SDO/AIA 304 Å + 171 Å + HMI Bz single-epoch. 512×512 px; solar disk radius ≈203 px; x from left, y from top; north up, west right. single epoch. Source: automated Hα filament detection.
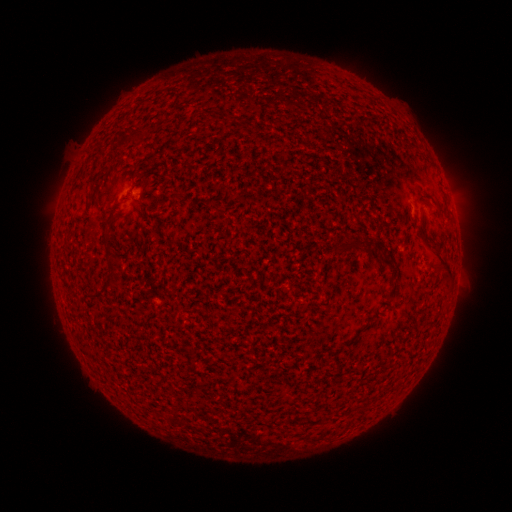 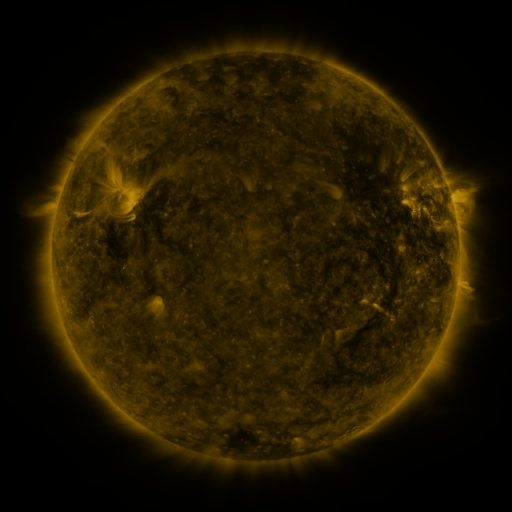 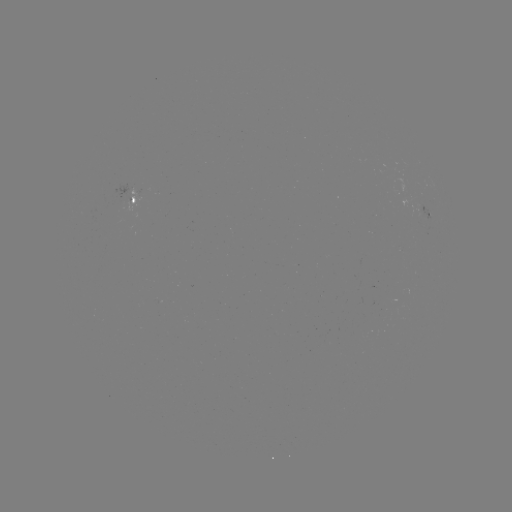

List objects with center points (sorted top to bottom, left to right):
filament: (225, 113, 233, 123)
filament: (132, 132, 147, 144)
filament: (416, 222, 453, 281)
filament: (101, 230, 110, 242)
filament: (335, 235, 372, 255)
filament: (377, 254, 394, 269)
filament: (108, 256, 120, 275)
filament: (387, 274, 395, 284)
filament: (103, 280, 113, 291)
